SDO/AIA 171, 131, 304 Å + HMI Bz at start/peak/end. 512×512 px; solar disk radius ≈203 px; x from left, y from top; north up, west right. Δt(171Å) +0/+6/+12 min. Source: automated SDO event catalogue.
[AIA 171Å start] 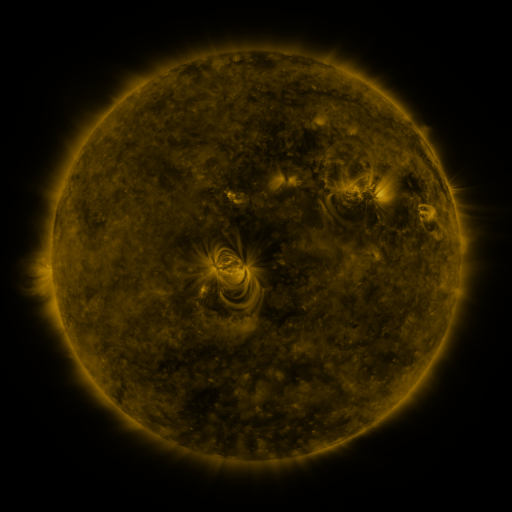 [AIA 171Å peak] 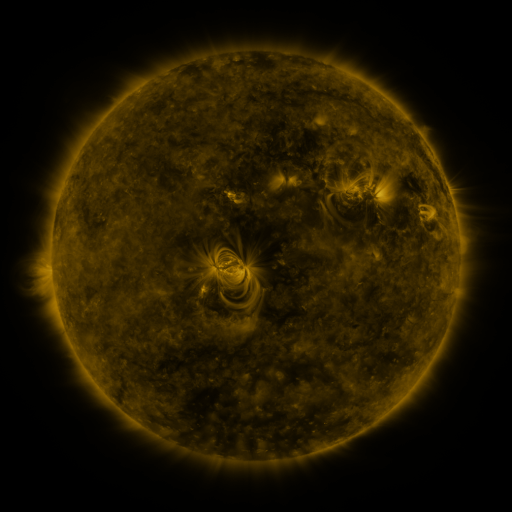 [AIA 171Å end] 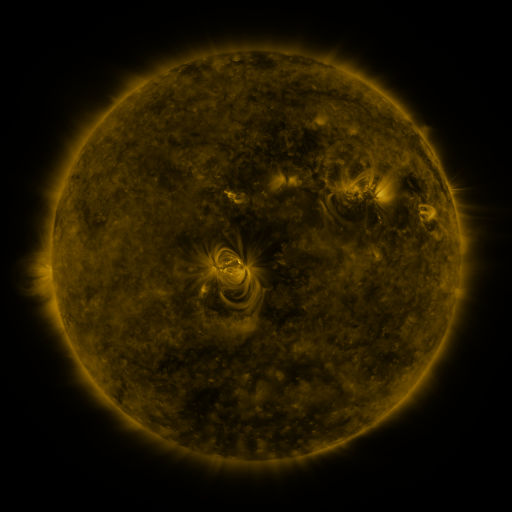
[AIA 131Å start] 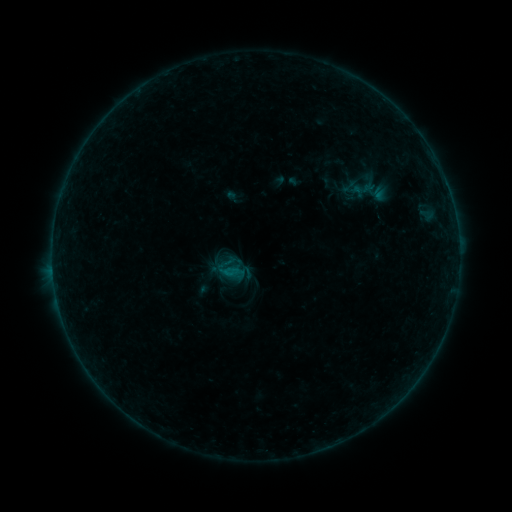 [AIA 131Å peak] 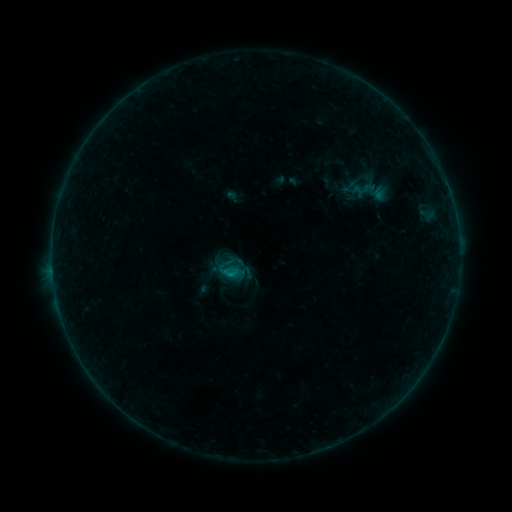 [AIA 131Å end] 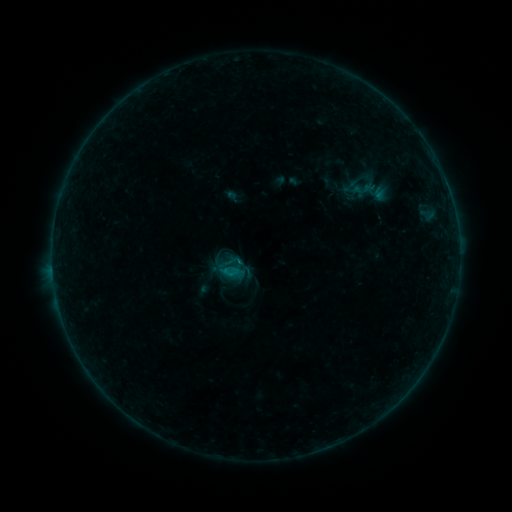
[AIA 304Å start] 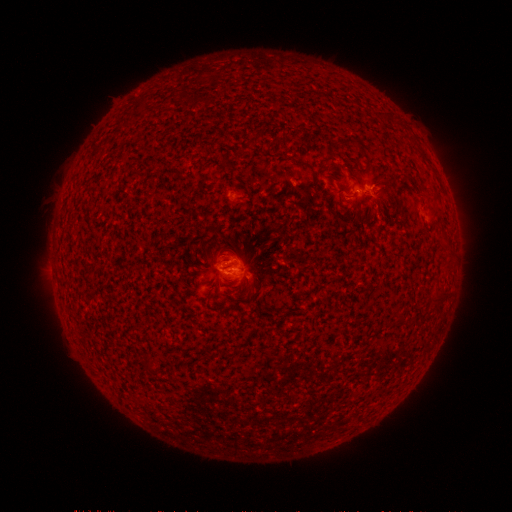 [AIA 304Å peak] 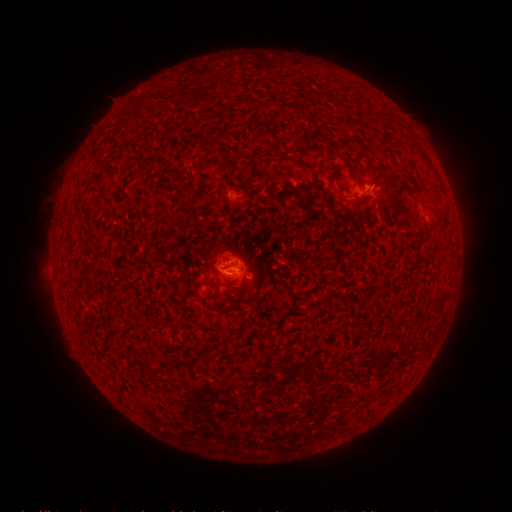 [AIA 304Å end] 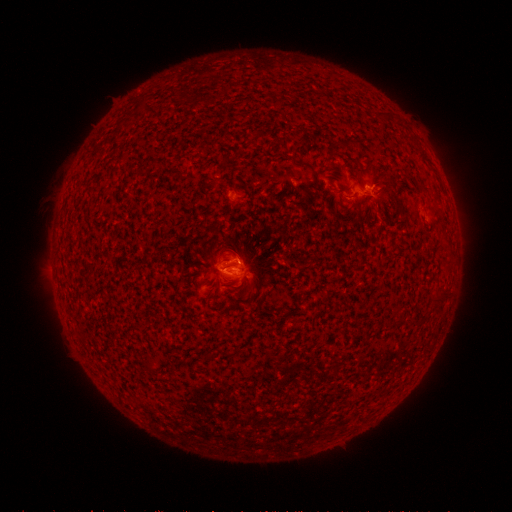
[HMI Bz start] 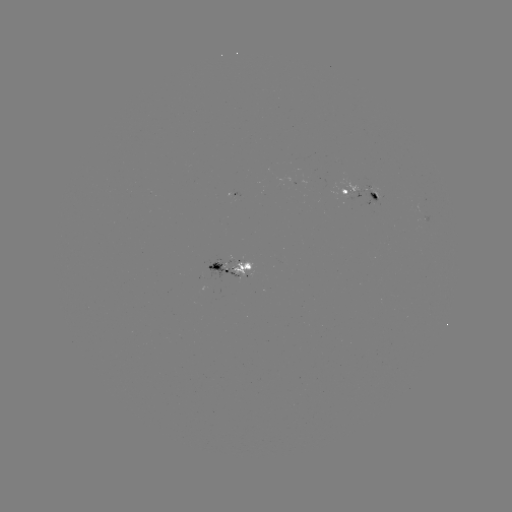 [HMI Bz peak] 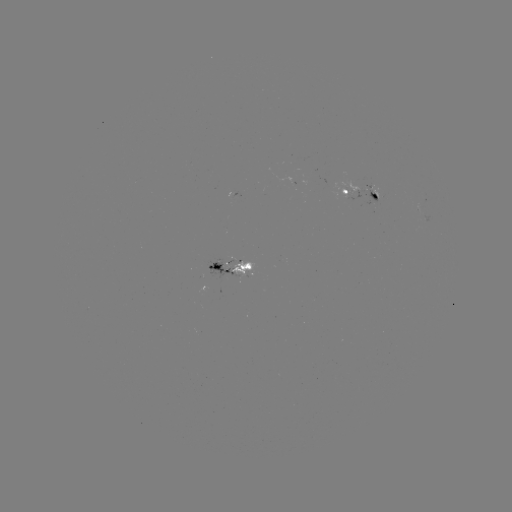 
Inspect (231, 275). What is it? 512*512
B3.7 flare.